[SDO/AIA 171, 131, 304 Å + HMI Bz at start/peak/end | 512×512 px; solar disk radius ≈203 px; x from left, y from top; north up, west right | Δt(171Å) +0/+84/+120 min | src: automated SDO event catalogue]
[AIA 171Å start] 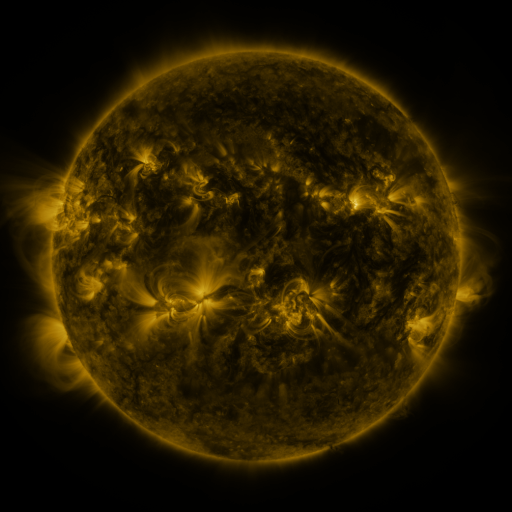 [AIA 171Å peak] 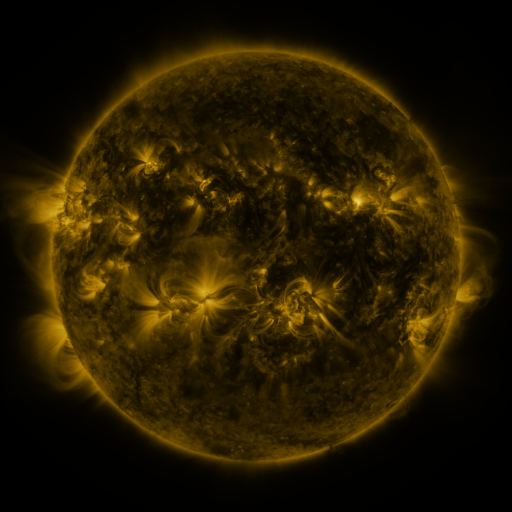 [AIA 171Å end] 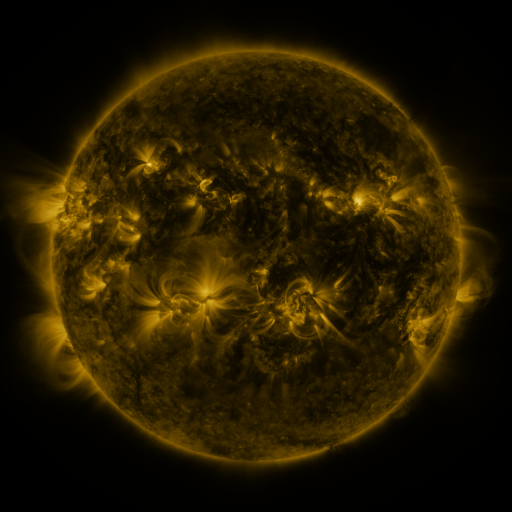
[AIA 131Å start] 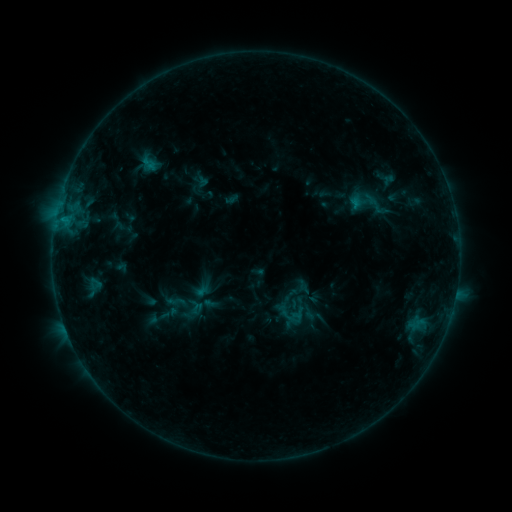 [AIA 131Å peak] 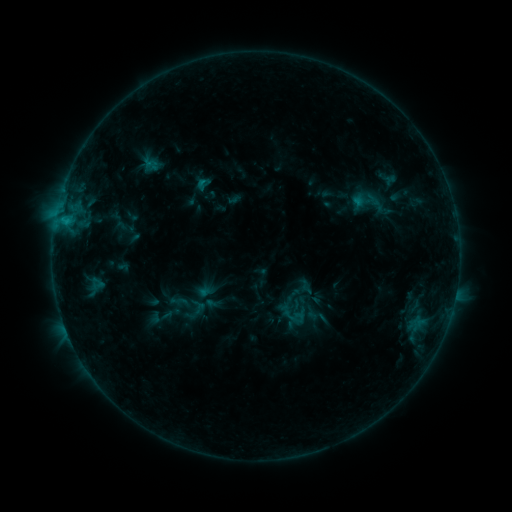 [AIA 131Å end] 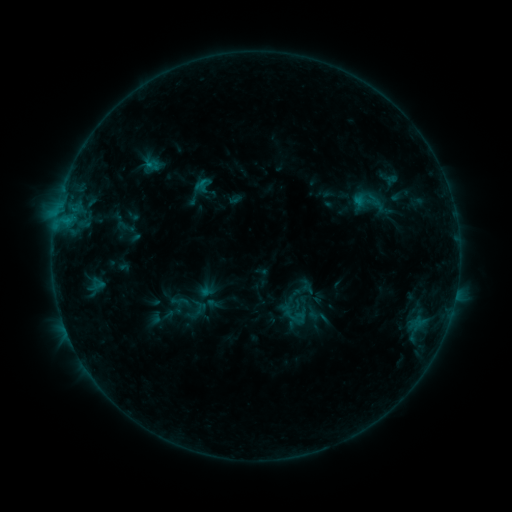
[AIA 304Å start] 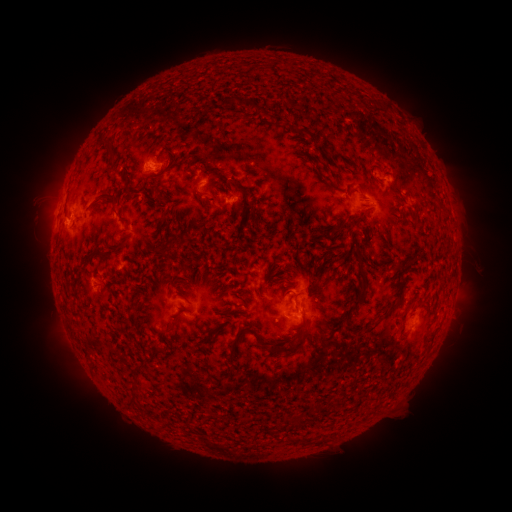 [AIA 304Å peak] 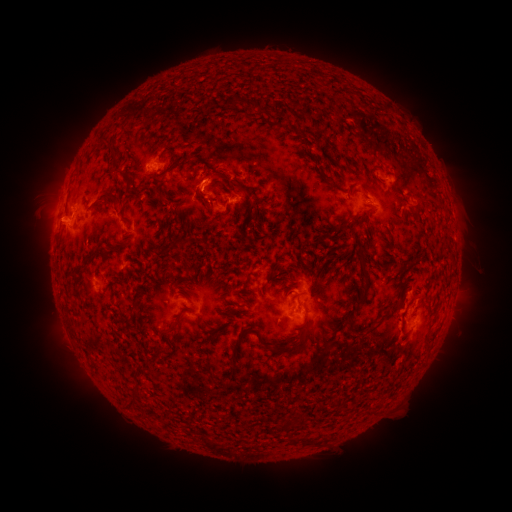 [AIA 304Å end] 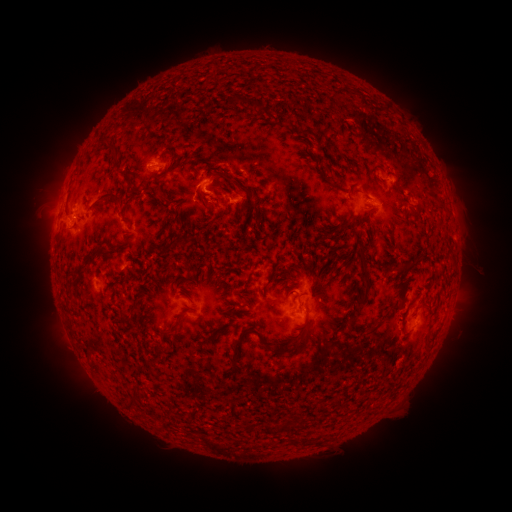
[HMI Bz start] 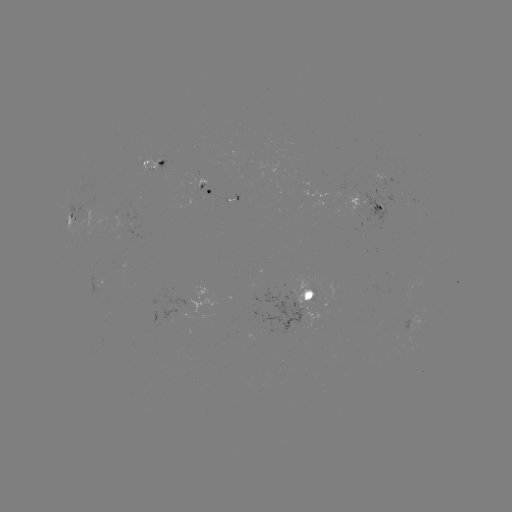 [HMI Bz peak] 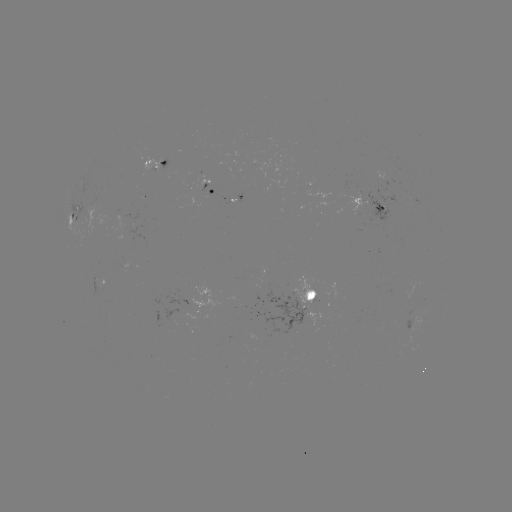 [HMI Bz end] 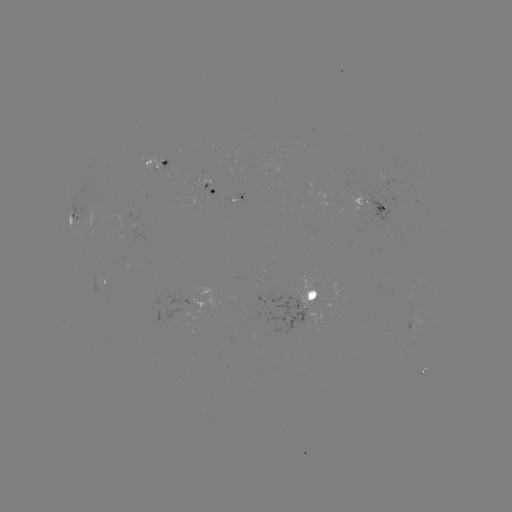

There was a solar emerging-flux region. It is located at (419, 286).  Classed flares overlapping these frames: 2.